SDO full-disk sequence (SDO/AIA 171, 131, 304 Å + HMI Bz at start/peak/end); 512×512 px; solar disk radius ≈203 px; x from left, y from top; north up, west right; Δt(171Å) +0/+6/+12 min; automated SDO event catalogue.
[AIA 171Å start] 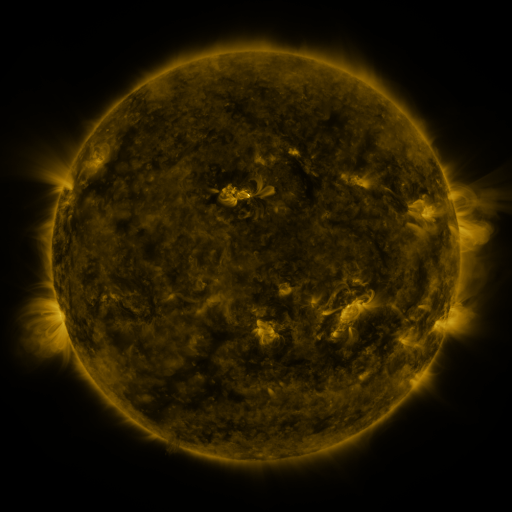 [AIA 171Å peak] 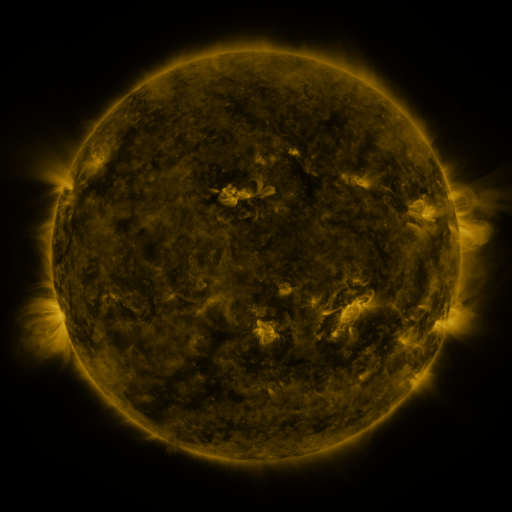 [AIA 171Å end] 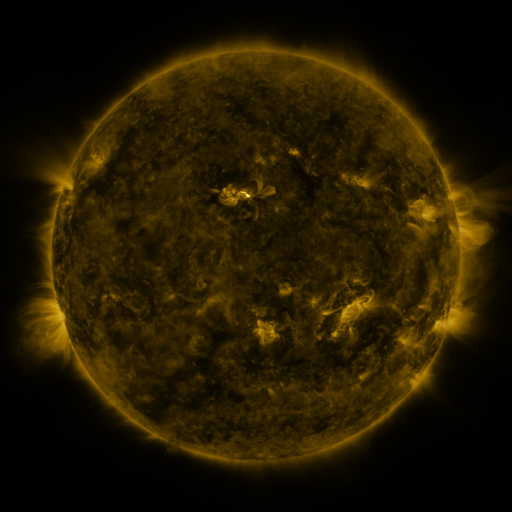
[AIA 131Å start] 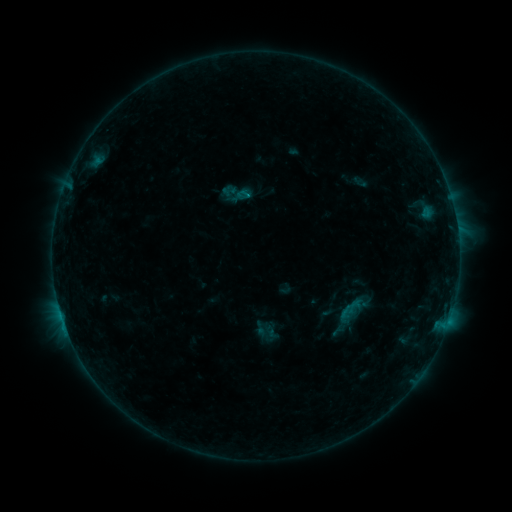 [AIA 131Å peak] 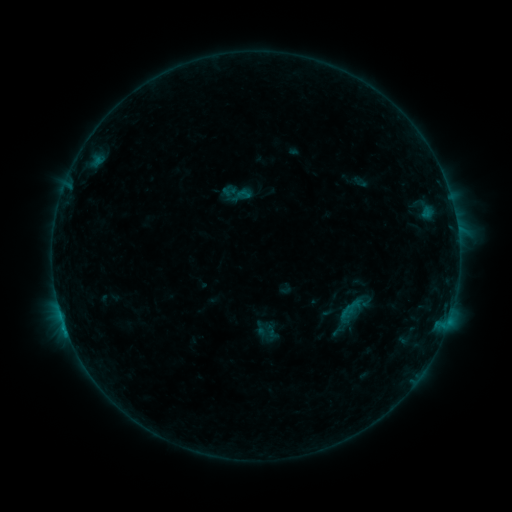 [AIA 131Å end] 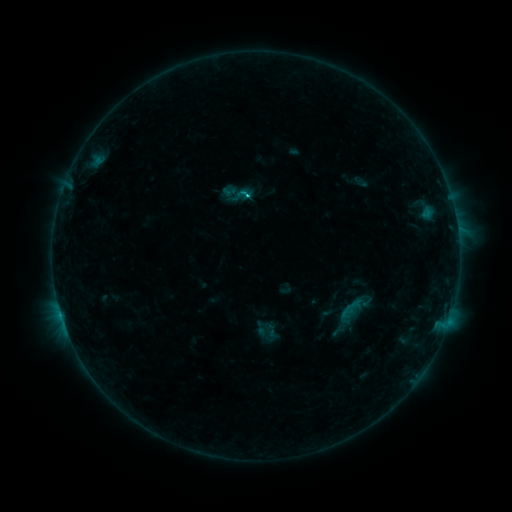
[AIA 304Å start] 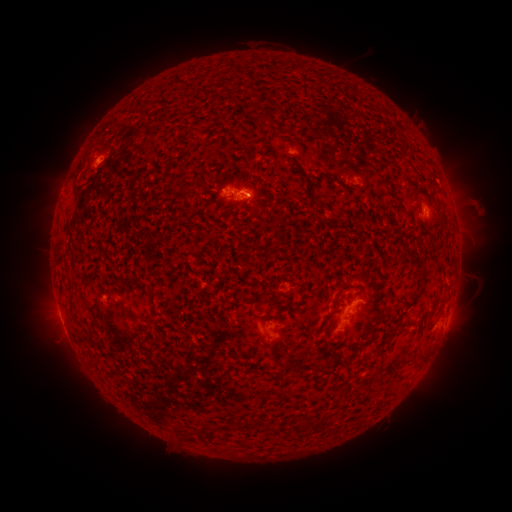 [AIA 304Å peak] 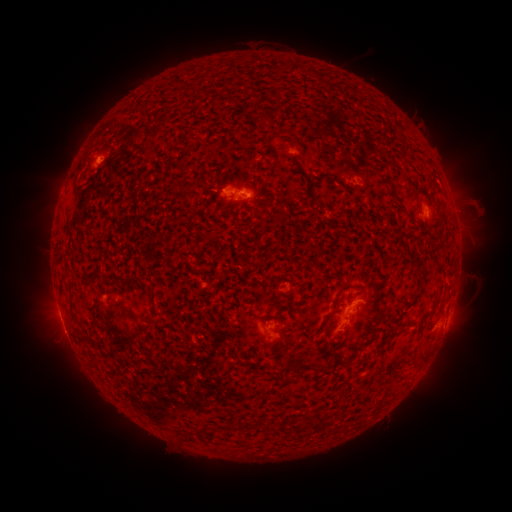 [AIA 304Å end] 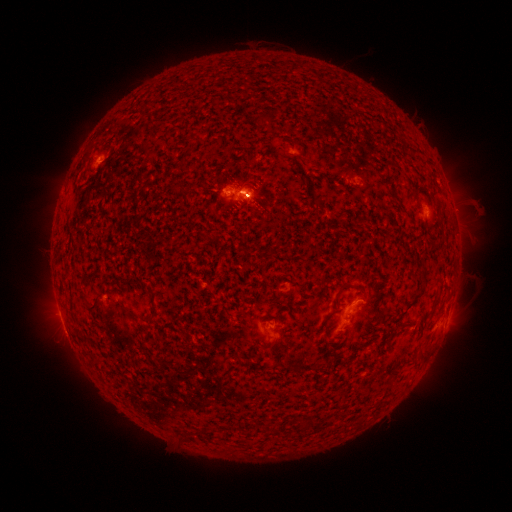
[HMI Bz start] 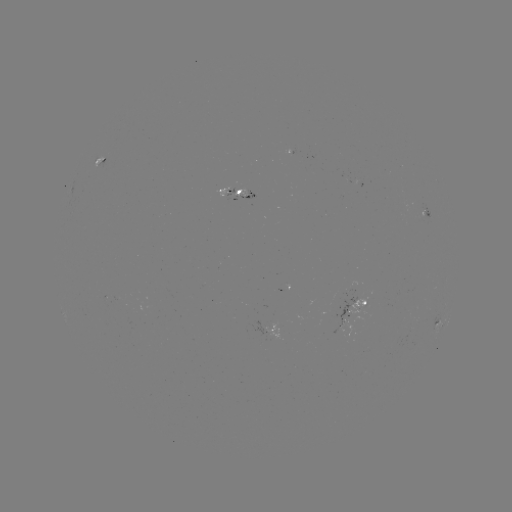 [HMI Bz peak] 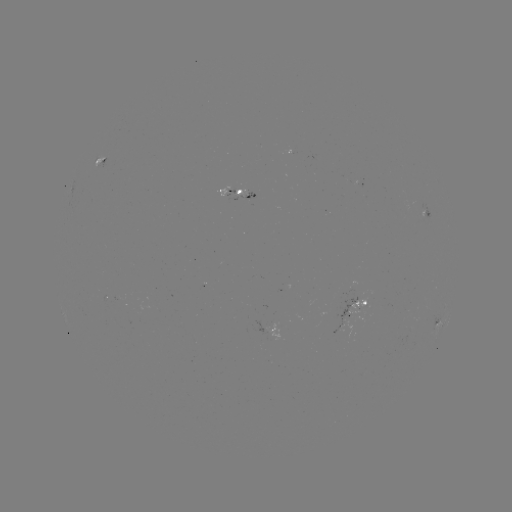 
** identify C1.5 flare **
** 67,331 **